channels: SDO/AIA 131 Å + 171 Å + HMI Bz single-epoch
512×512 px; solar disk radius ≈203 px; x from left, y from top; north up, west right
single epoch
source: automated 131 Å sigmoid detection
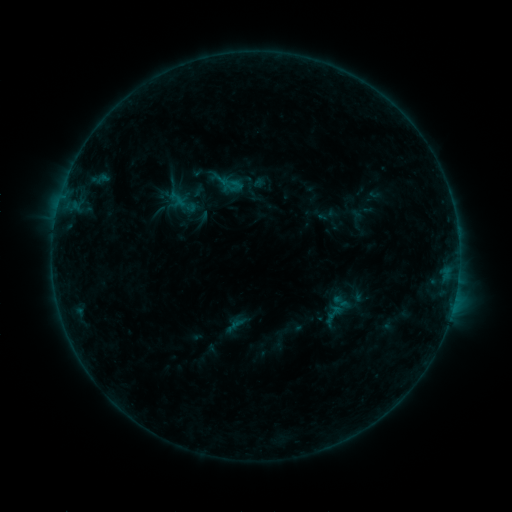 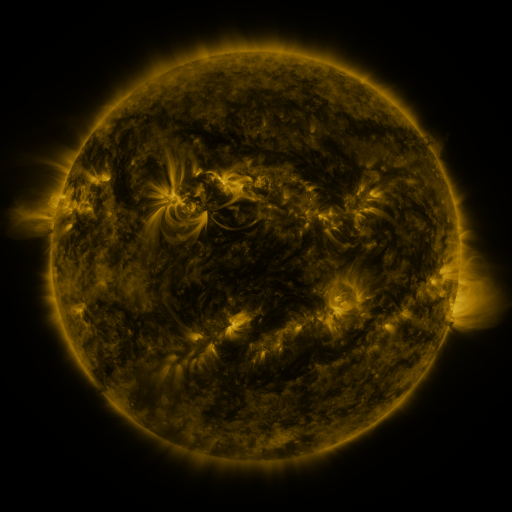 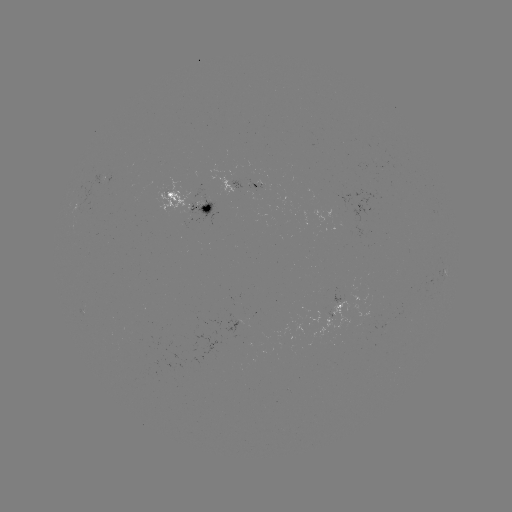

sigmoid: <bbox>331, 292, 351, 312</bbox>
